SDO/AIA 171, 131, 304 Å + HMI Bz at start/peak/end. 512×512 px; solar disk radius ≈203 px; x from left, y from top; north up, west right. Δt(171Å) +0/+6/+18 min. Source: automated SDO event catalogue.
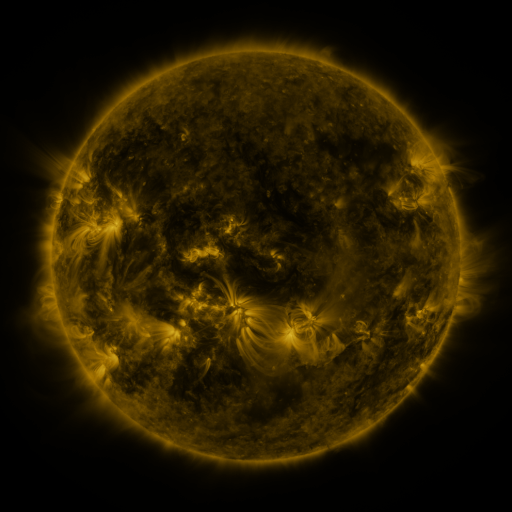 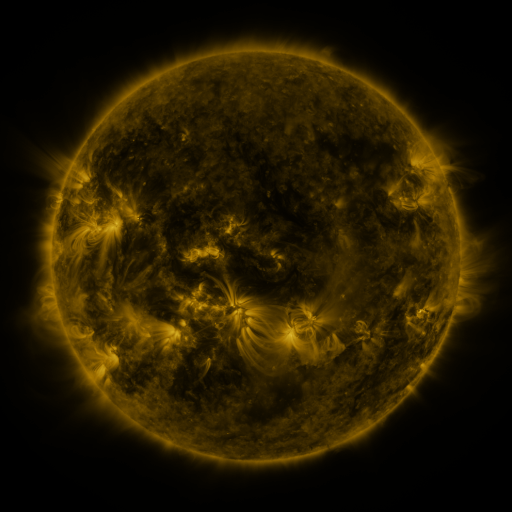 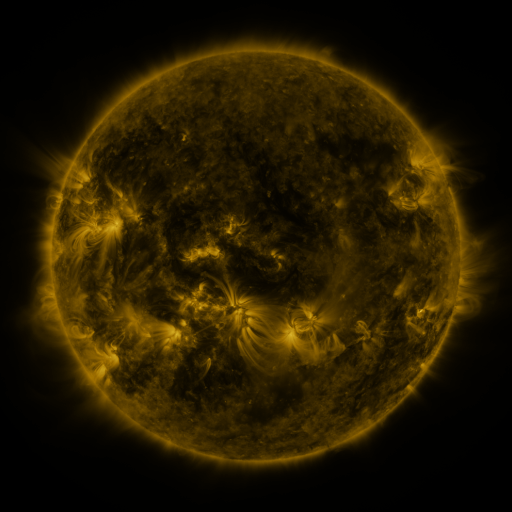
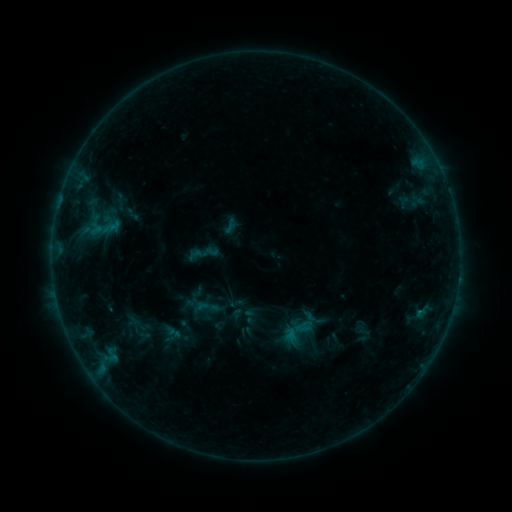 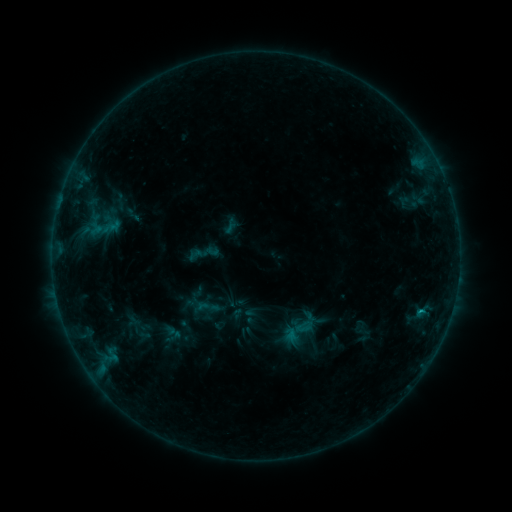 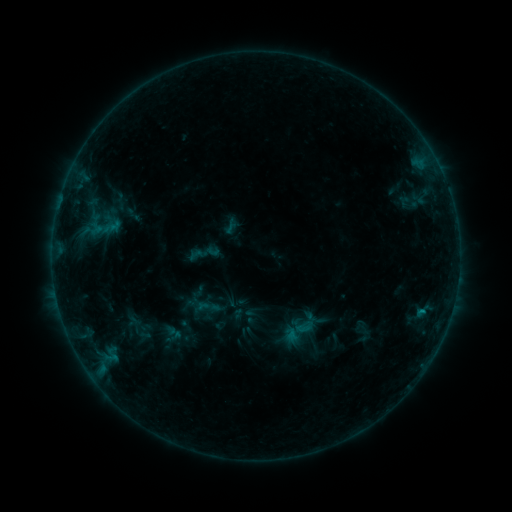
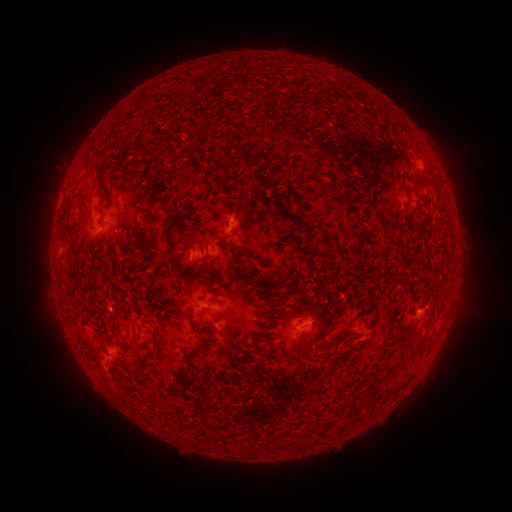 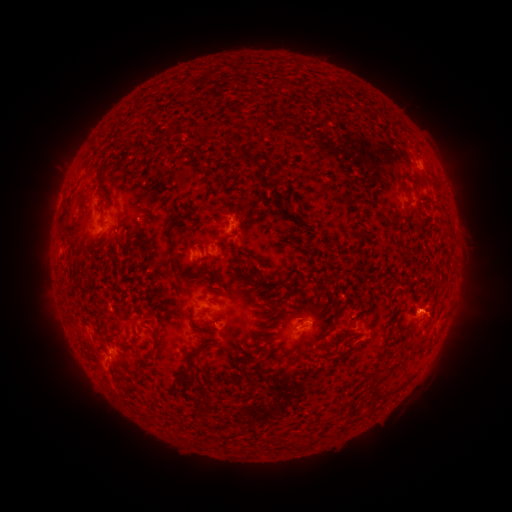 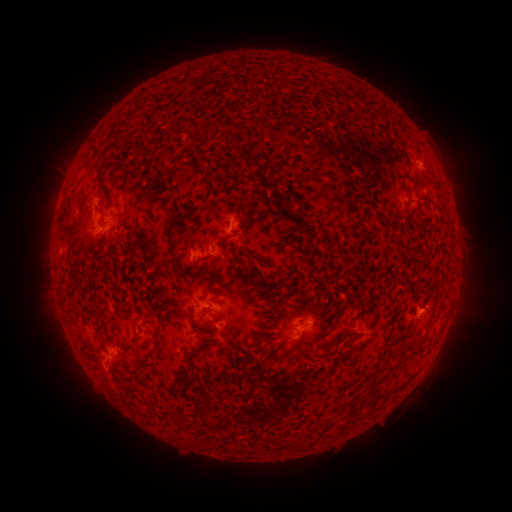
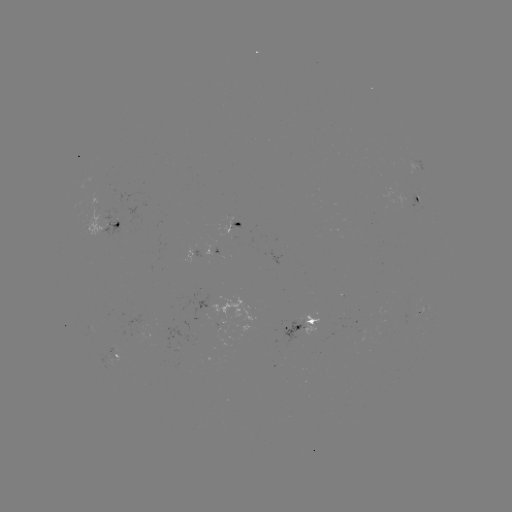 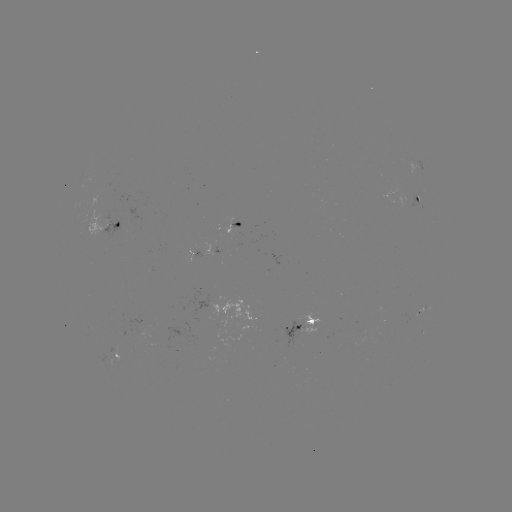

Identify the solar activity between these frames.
B5.0 flare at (421, 309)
